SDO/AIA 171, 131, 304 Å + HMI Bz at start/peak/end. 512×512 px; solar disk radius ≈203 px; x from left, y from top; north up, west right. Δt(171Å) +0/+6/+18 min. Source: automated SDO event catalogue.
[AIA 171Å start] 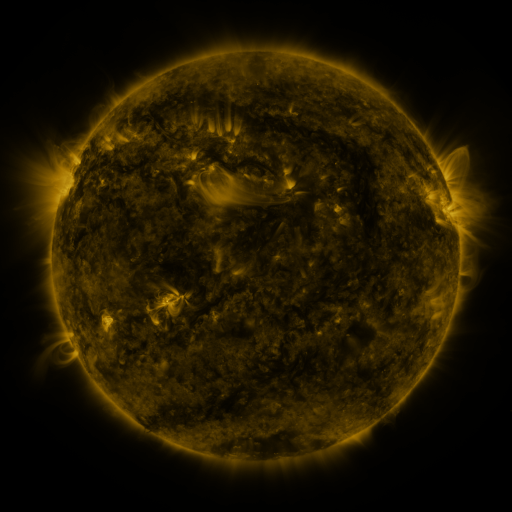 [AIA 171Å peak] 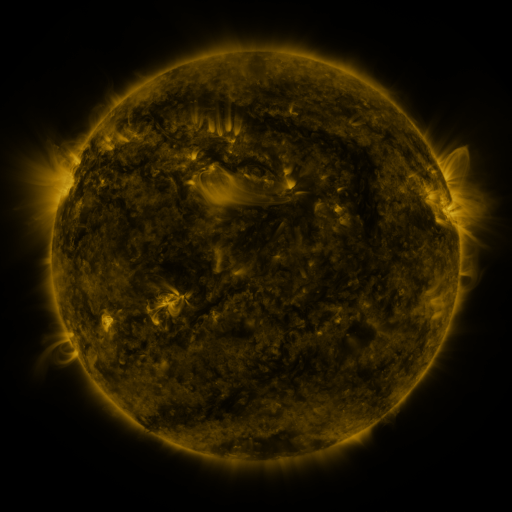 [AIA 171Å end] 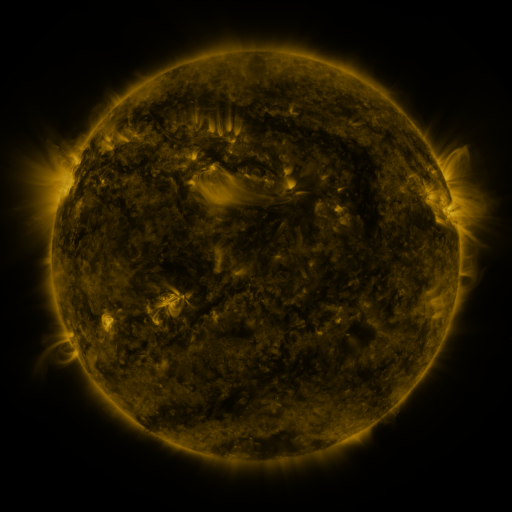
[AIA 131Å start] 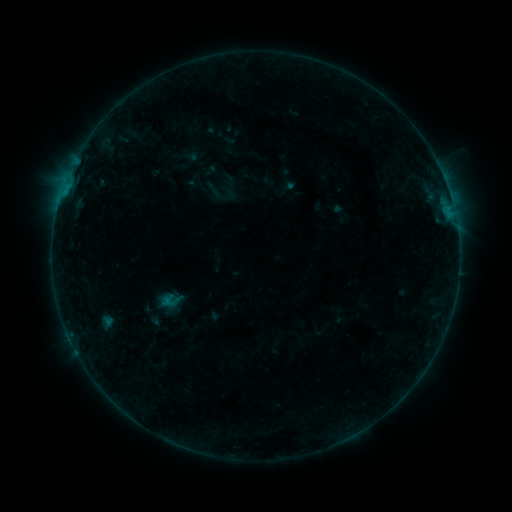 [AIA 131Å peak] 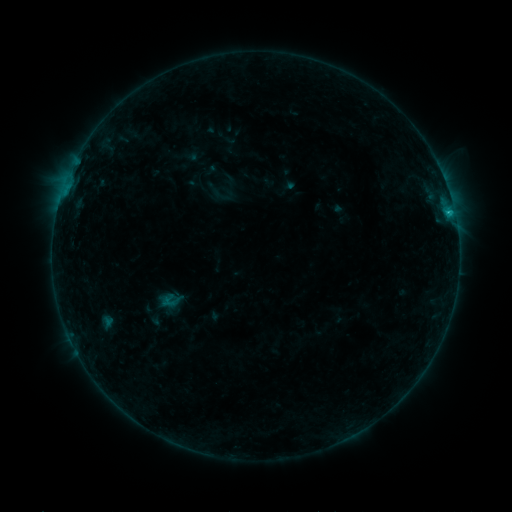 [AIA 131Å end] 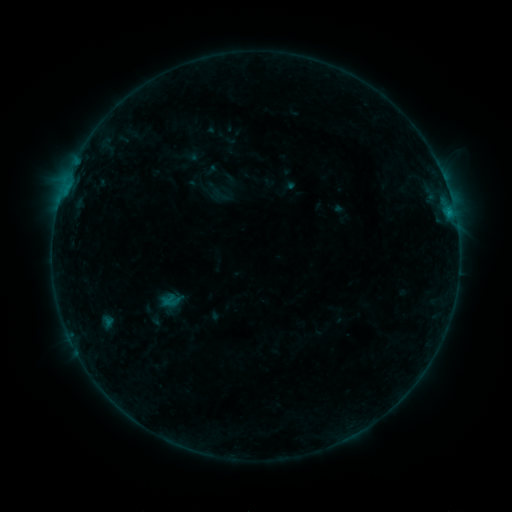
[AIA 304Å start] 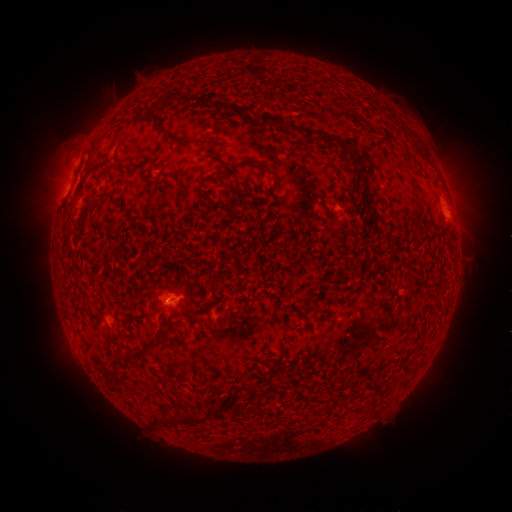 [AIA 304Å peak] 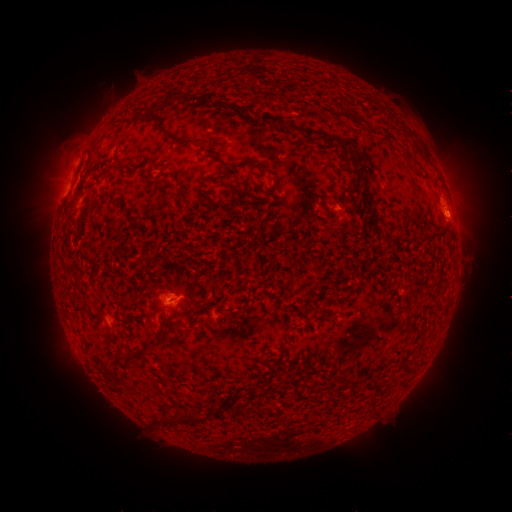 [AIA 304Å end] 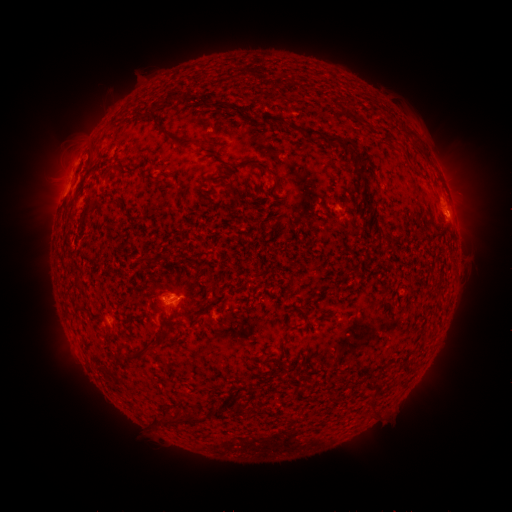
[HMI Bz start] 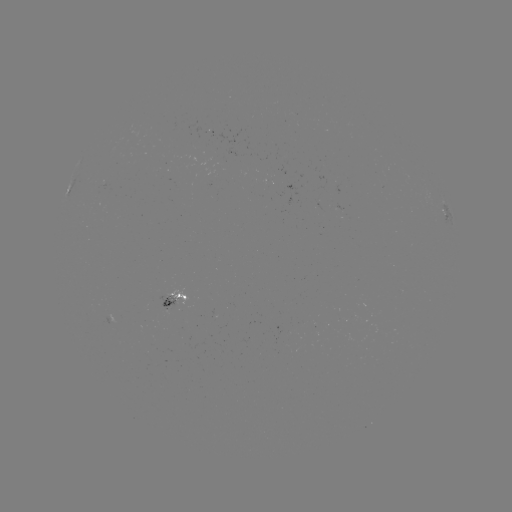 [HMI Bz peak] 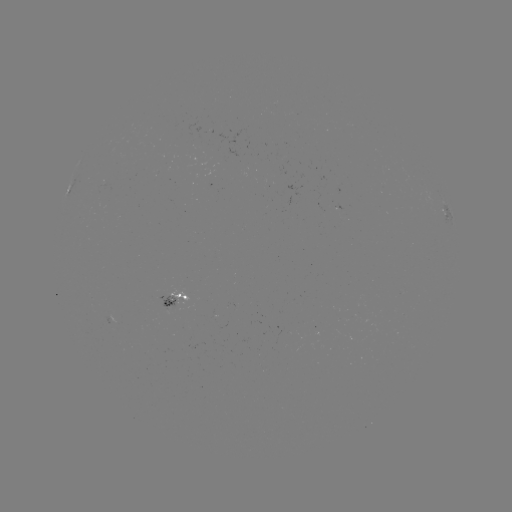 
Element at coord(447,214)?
B7.5 flare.